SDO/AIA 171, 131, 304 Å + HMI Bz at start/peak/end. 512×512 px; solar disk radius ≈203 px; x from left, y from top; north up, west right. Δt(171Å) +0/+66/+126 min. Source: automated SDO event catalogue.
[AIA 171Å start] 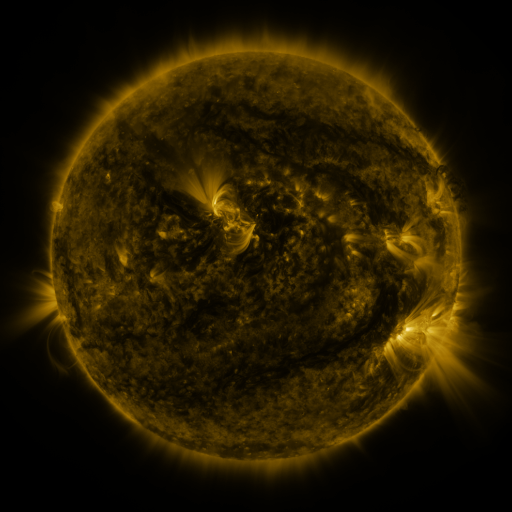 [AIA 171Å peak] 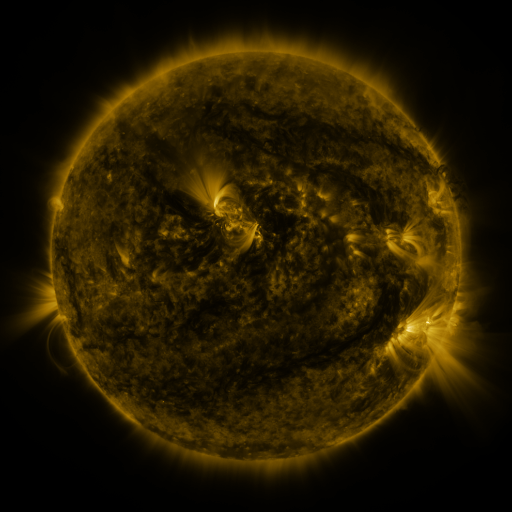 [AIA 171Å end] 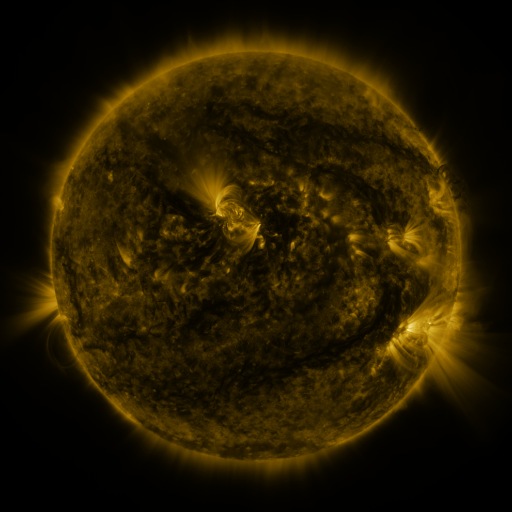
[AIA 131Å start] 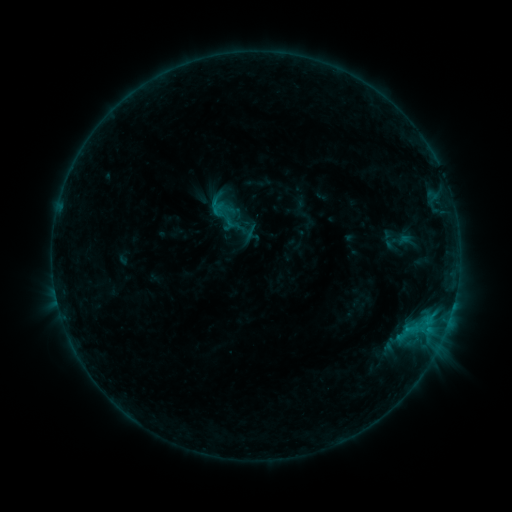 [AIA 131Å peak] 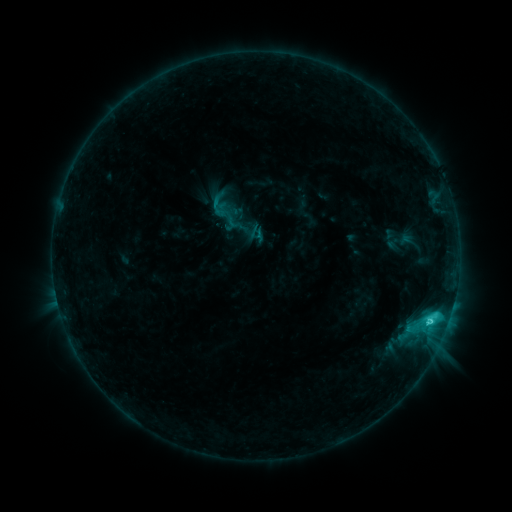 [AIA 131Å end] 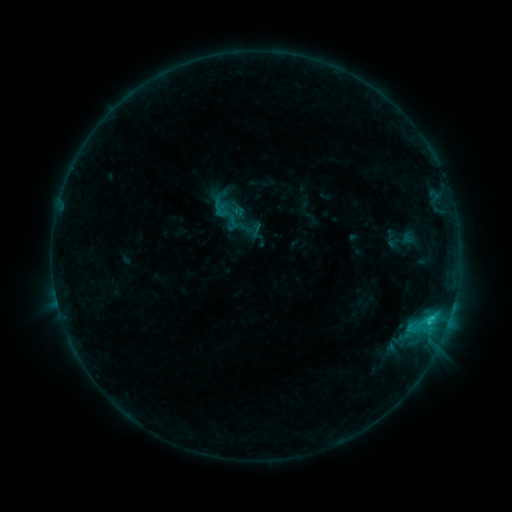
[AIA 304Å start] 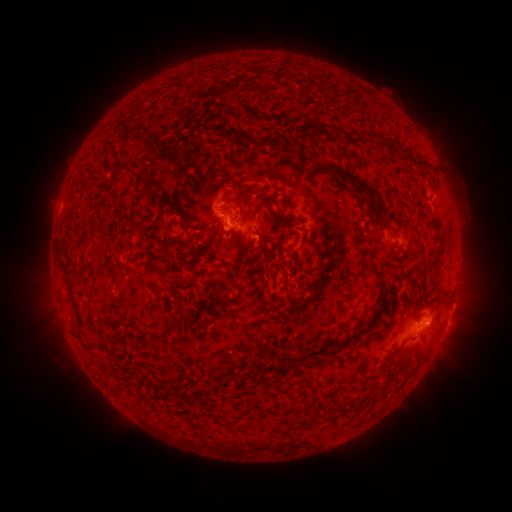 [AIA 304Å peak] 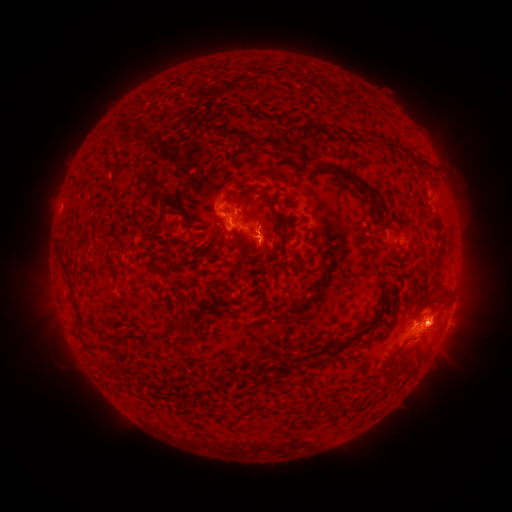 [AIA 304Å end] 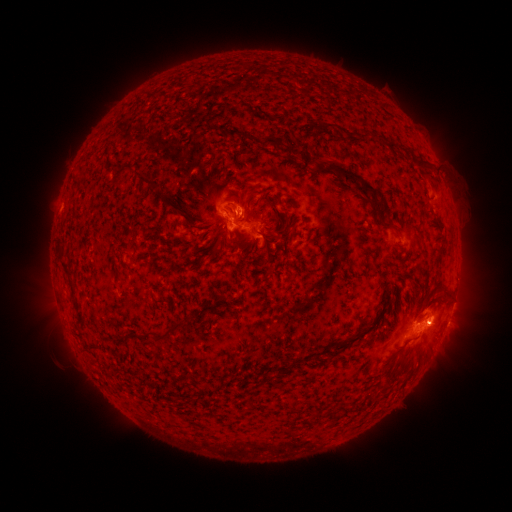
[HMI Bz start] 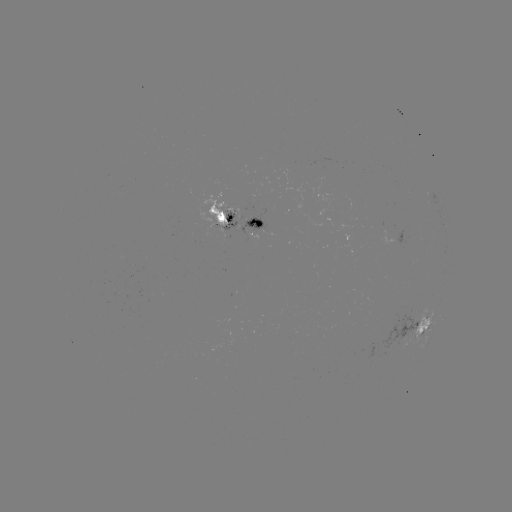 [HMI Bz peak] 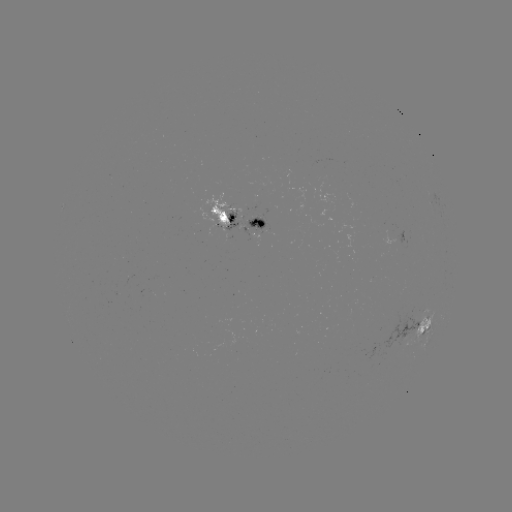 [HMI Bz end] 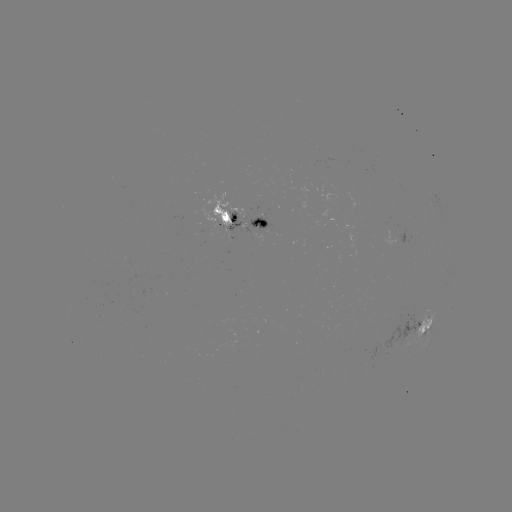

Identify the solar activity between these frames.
C2.6 flare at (430, 321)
